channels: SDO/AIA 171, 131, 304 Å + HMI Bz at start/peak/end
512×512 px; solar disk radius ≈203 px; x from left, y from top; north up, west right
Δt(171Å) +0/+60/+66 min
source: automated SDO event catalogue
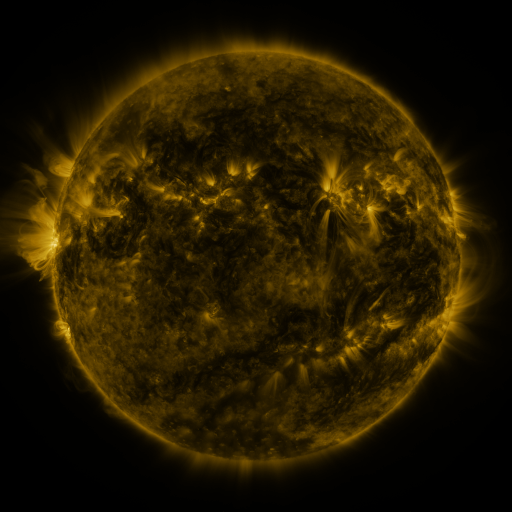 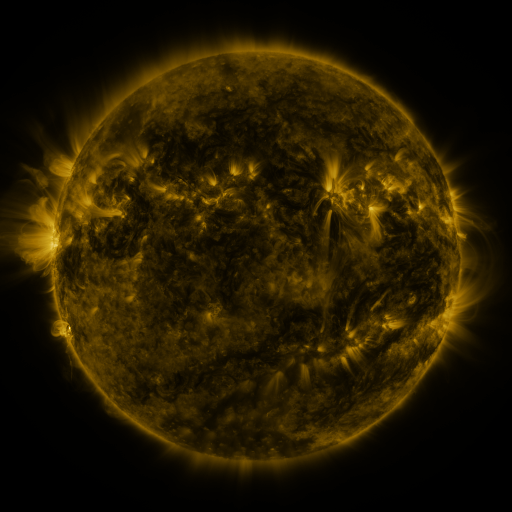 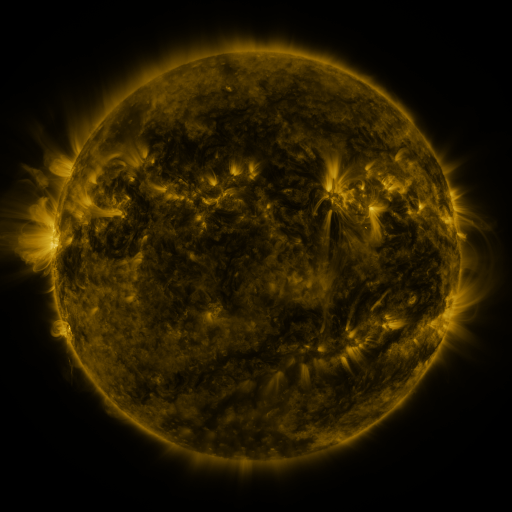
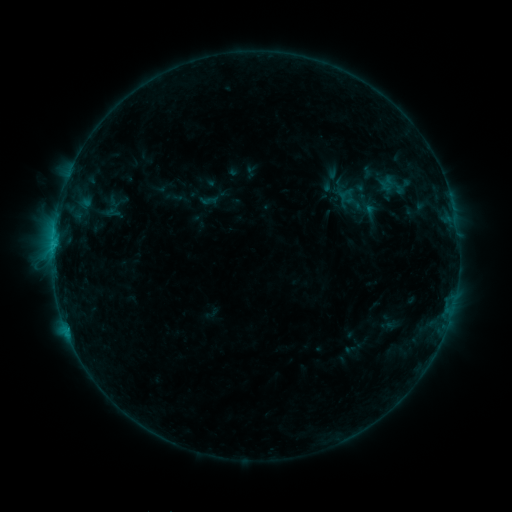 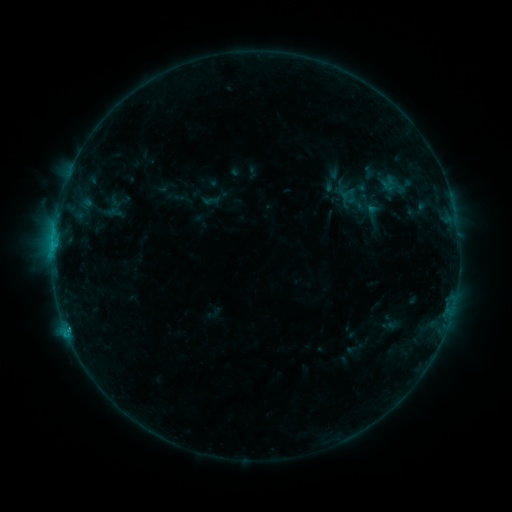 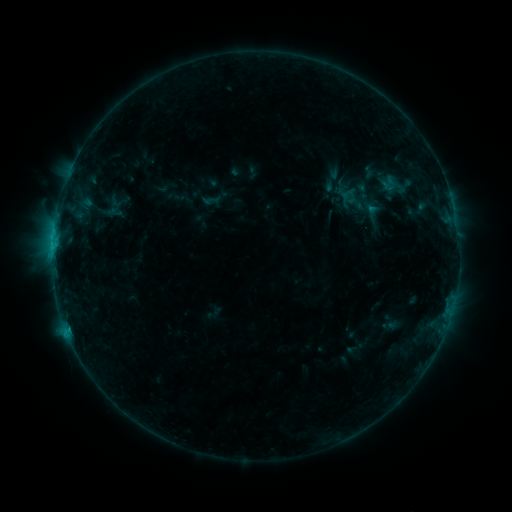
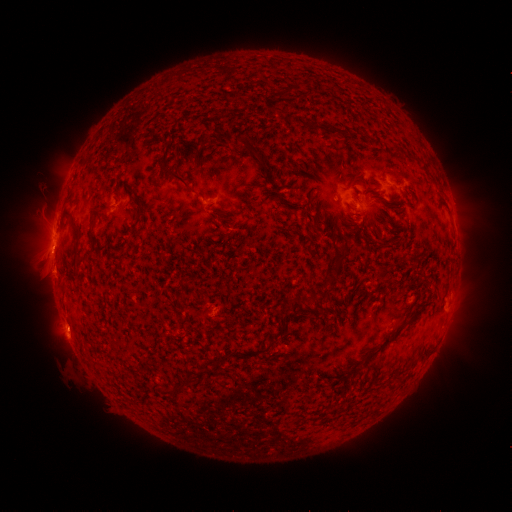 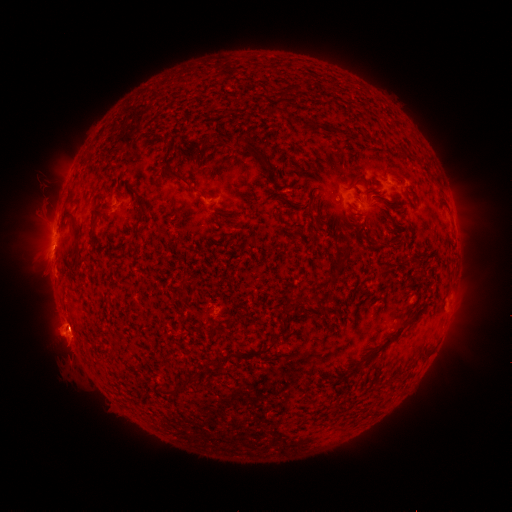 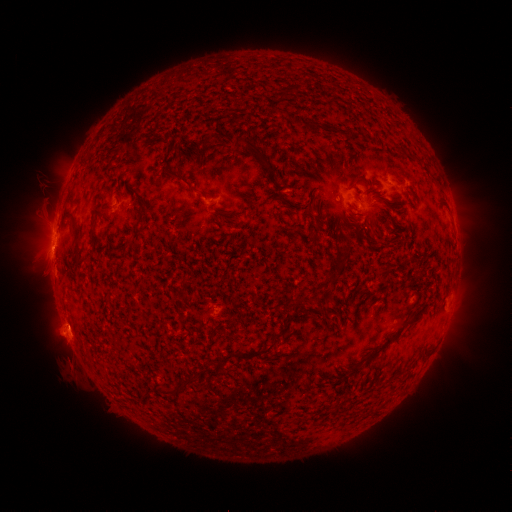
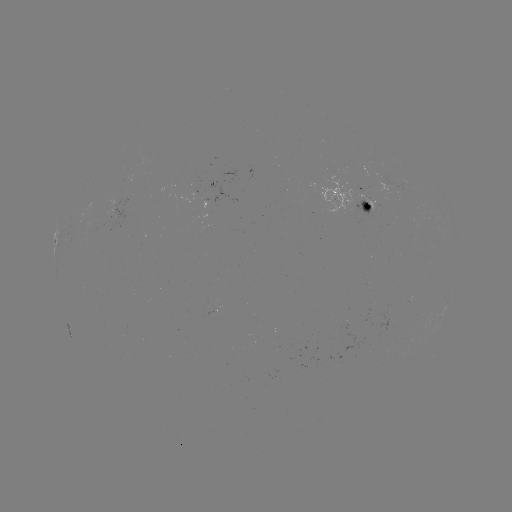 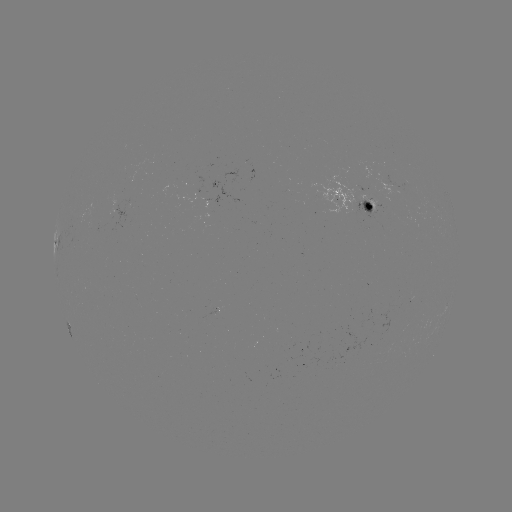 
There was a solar flare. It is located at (68, 327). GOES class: C1.3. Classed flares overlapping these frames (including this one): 2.